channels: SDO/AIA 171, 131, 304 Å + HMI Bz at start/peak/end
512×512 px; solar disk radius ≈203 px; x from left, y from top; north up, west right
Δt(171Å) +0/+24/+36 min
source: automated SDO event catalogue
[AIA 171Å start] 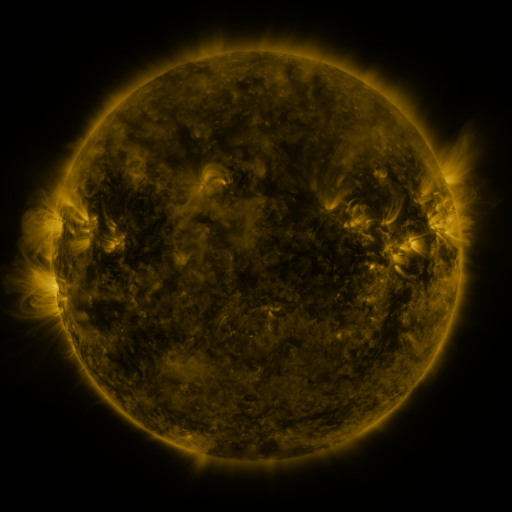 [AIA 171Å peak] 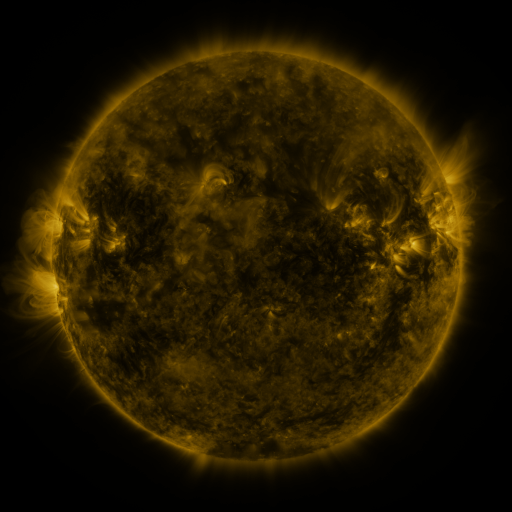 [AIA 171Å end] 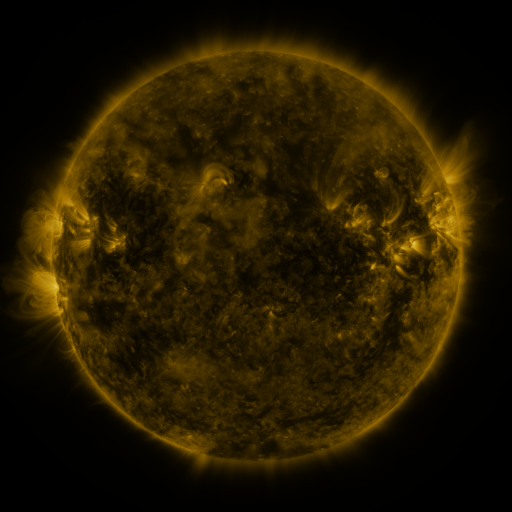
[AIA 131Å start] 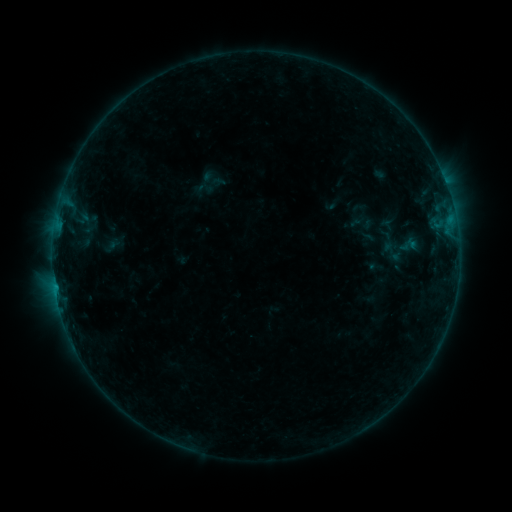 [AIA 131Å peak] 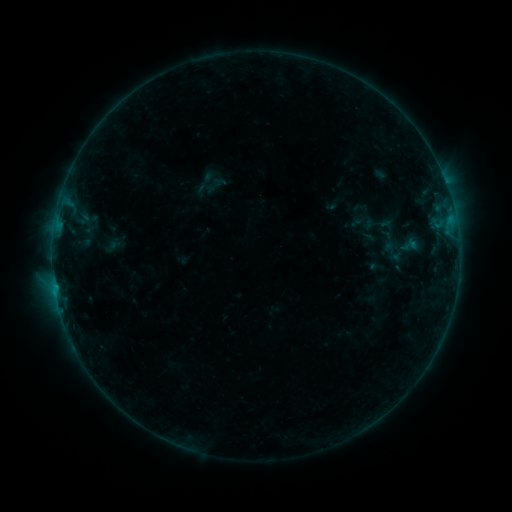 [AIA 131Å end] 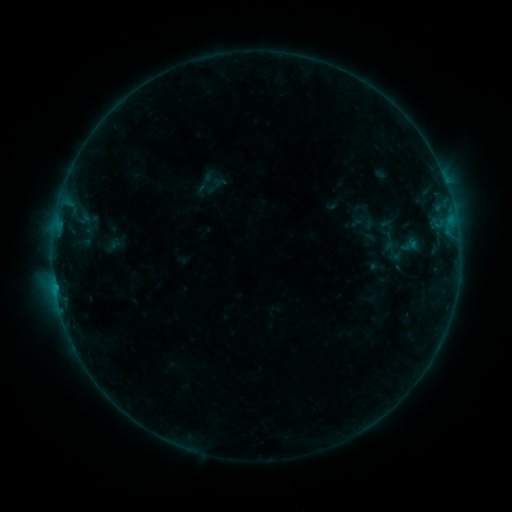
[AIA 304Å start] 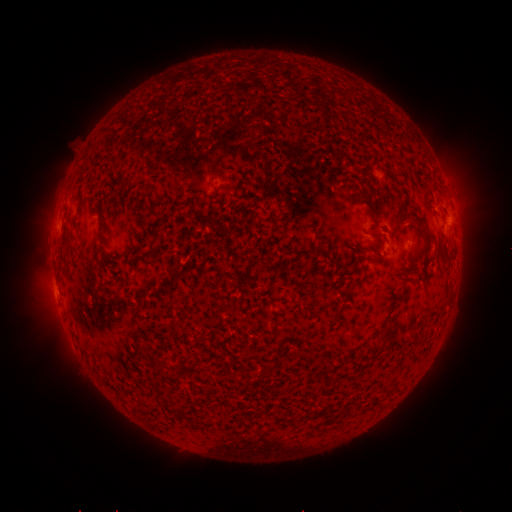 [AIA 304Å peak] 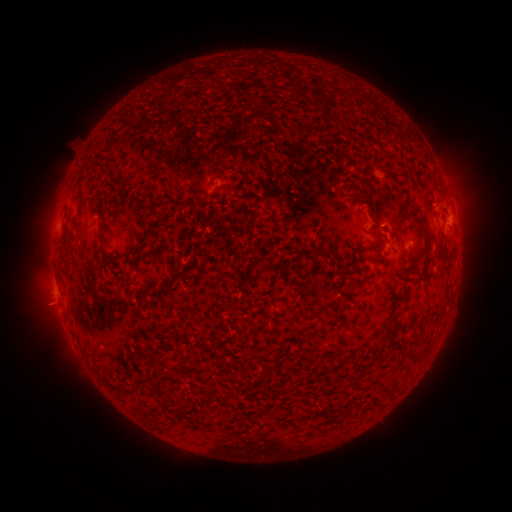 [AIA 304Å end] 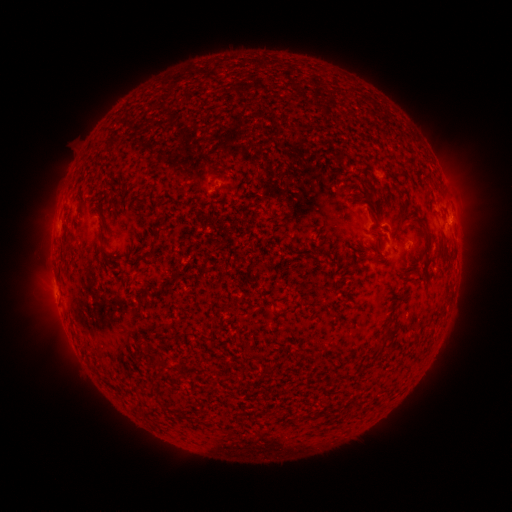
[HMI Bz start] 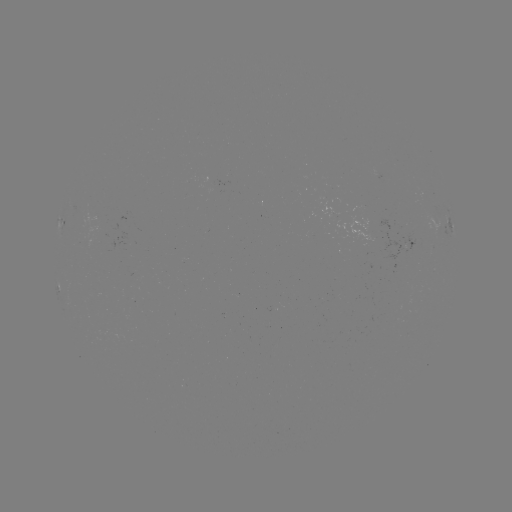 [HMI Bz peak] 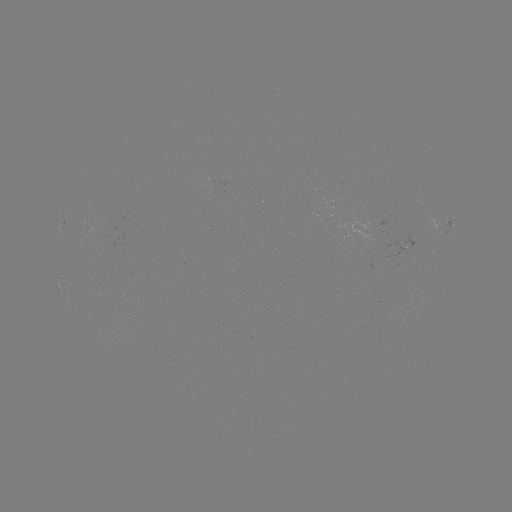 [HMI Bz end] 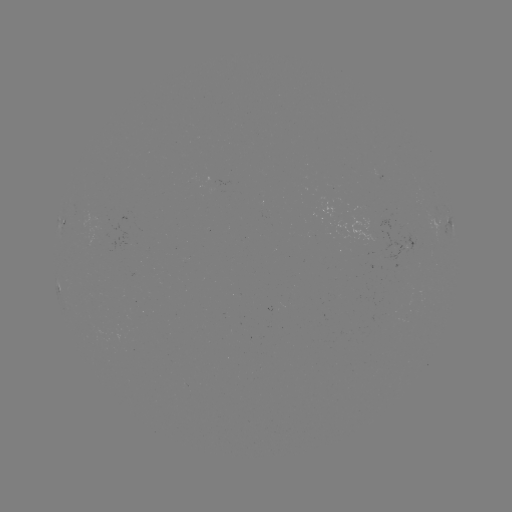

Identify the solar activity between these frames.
B3.3 flare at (409, 246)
